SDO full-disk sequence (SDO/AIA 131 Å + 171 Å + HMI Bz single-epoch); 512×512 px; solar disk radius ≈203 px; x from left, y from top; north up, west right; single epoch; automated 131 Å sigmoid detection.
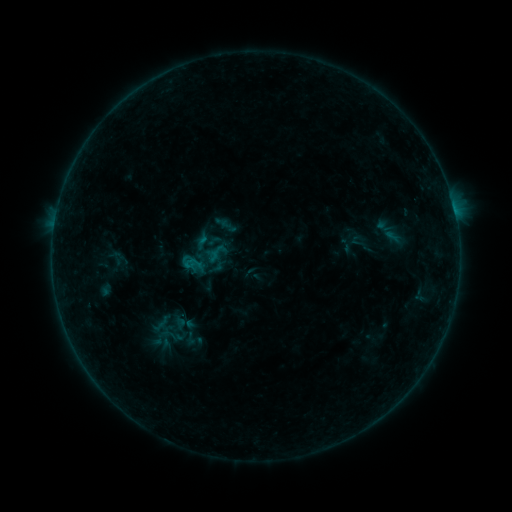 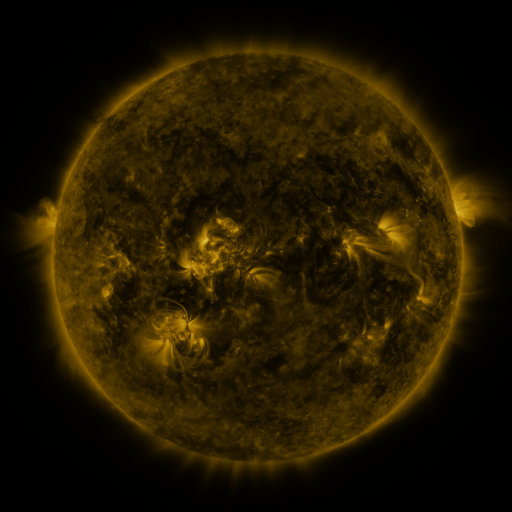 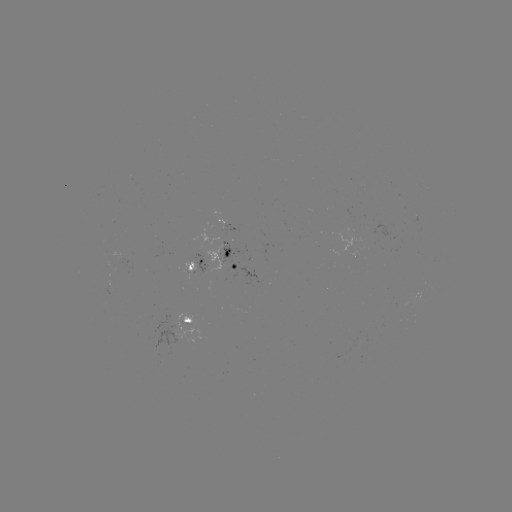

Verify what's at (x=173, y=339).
sigmoid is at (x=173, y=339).